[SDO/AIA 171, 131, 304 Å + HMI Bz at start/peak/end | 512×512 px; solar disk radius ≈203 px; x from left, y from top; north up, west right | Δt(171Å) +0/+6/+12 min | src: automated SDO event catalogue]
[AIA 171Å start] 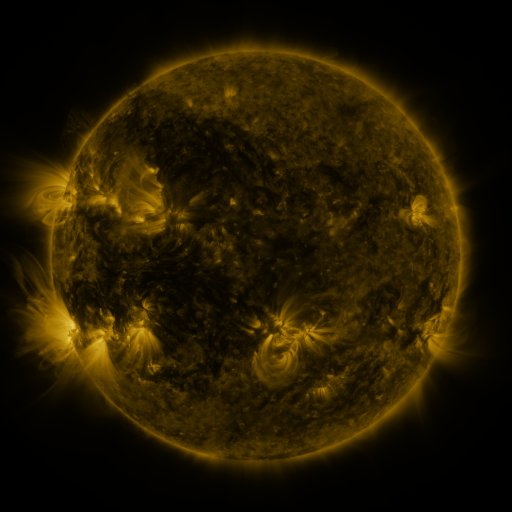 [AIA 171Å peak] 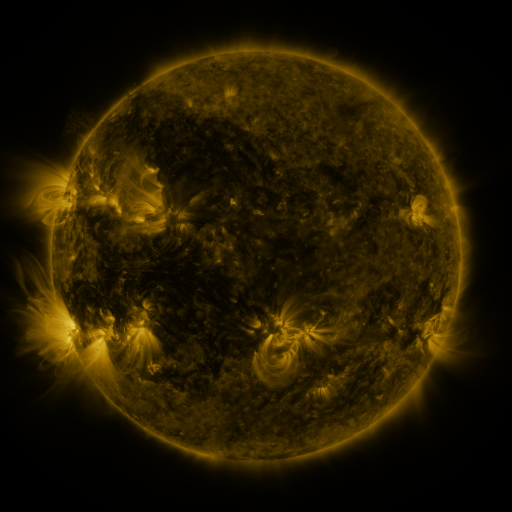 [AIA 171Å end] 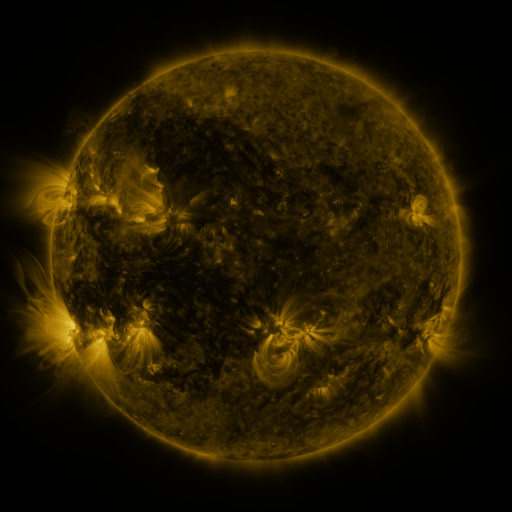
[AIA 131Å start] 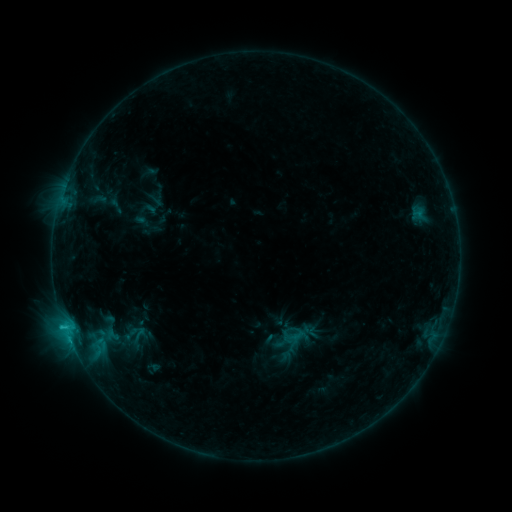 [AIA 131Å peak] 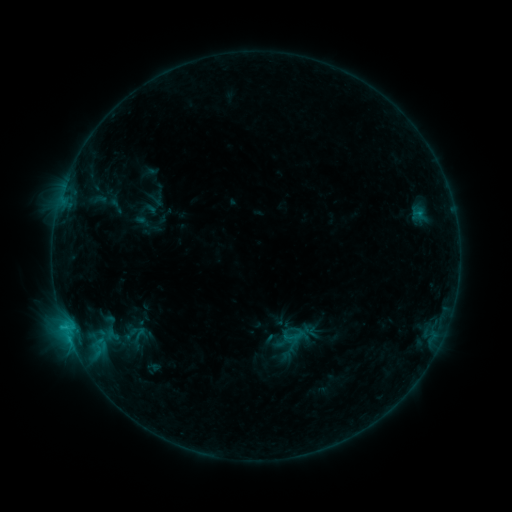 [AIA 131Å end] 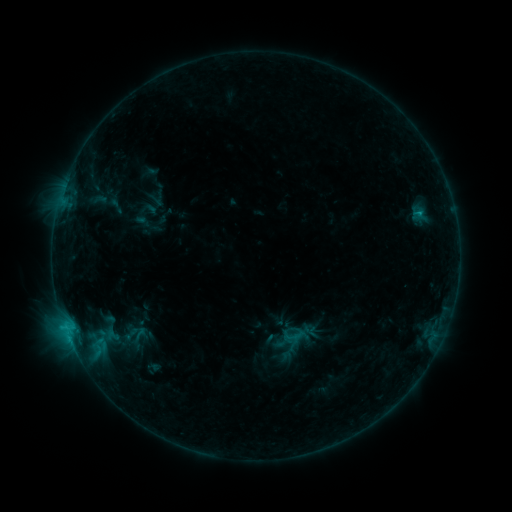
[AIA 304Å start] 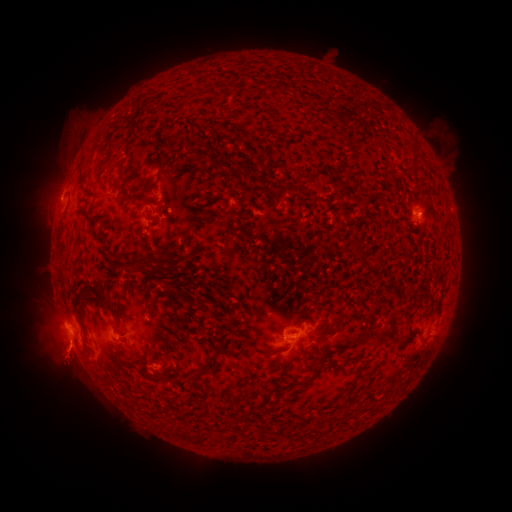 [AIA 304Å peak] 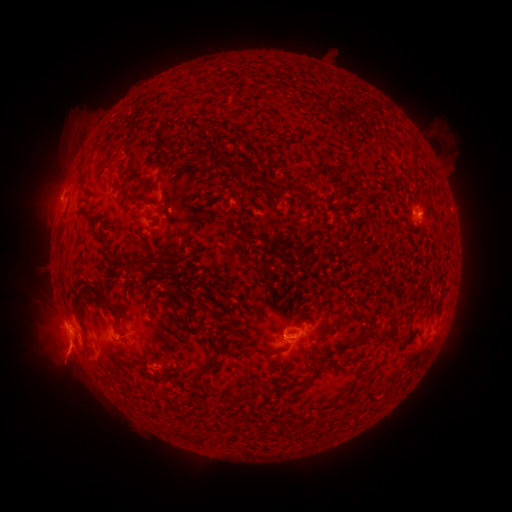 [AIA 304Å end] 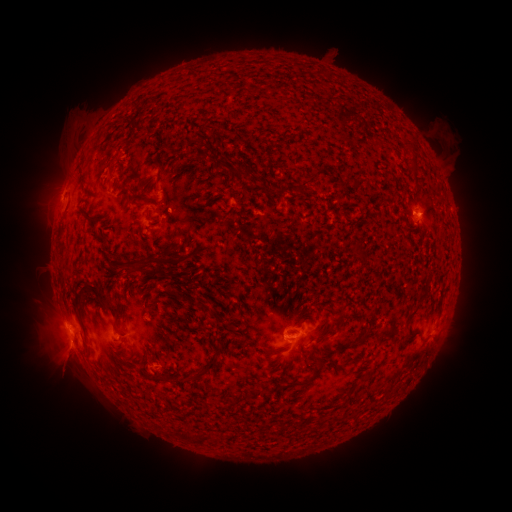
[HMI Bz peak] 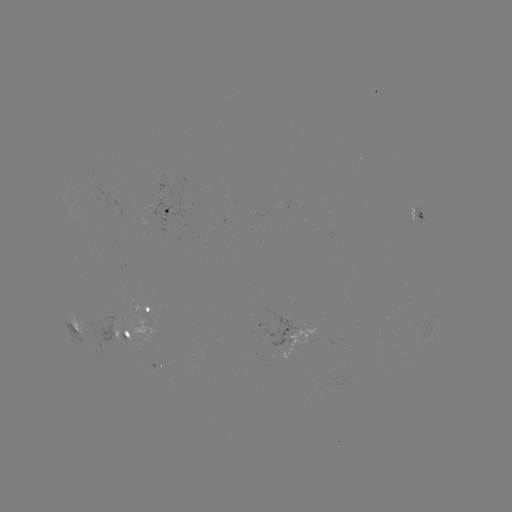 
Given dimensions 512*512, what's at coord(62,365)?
eruption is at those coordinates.